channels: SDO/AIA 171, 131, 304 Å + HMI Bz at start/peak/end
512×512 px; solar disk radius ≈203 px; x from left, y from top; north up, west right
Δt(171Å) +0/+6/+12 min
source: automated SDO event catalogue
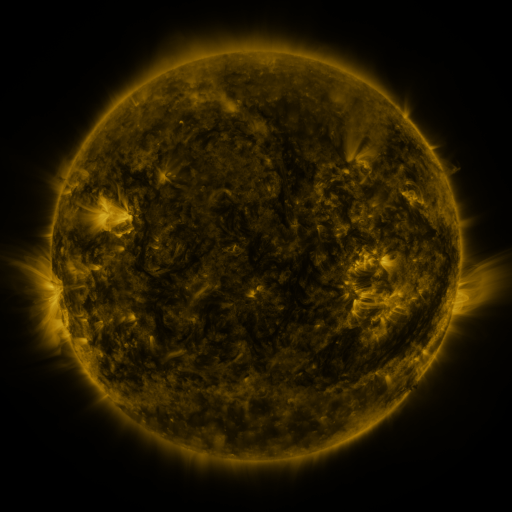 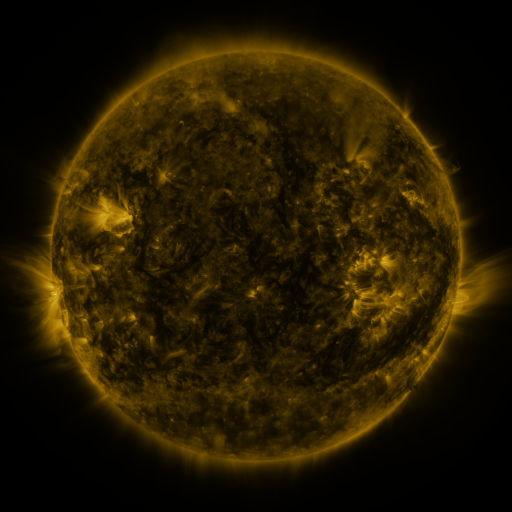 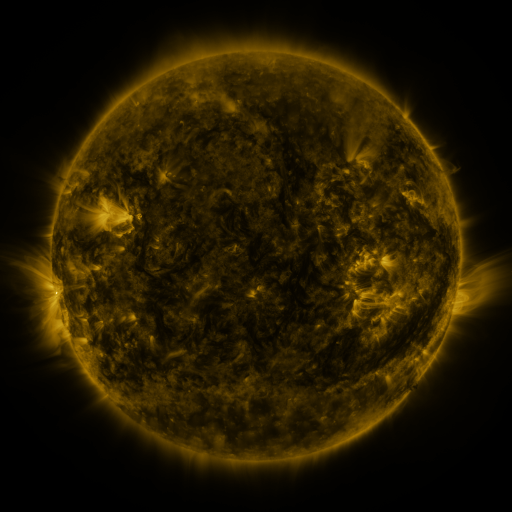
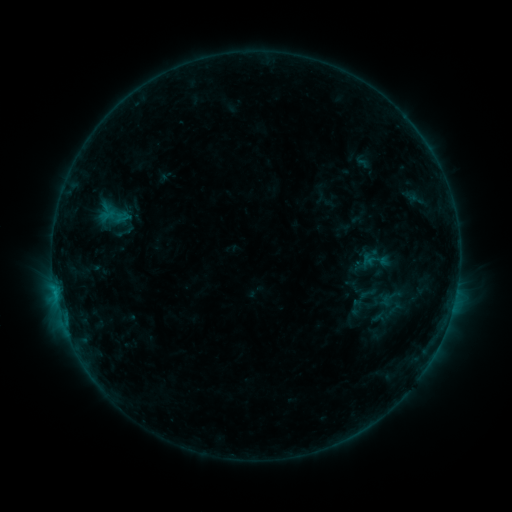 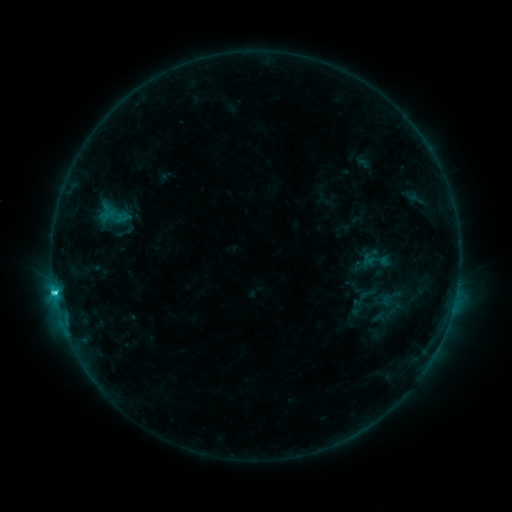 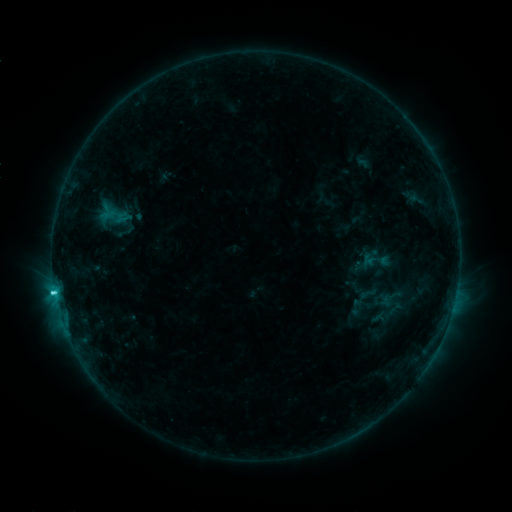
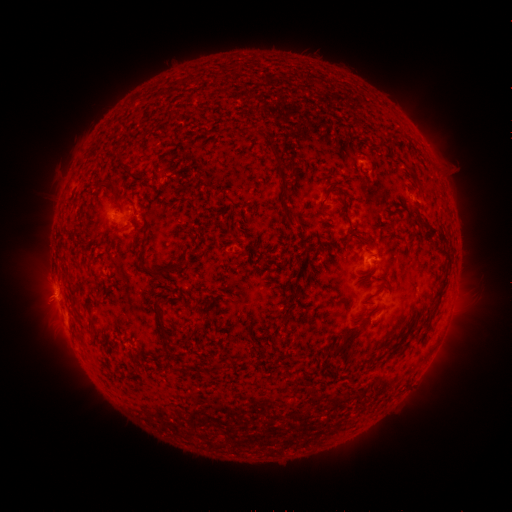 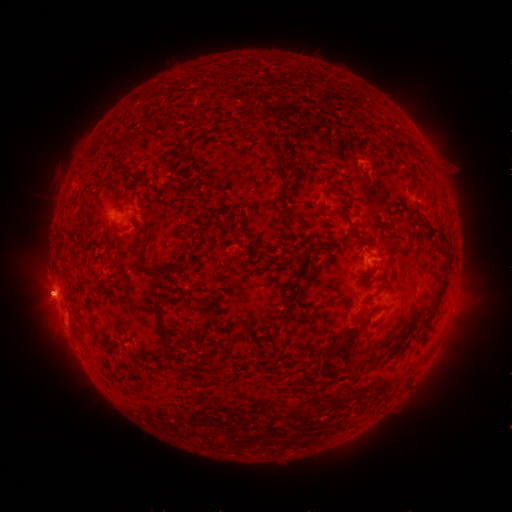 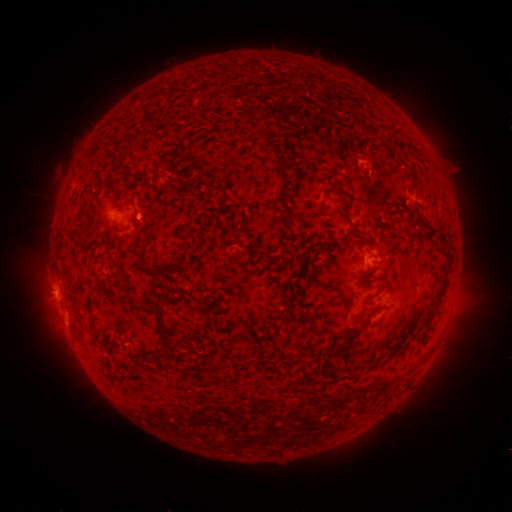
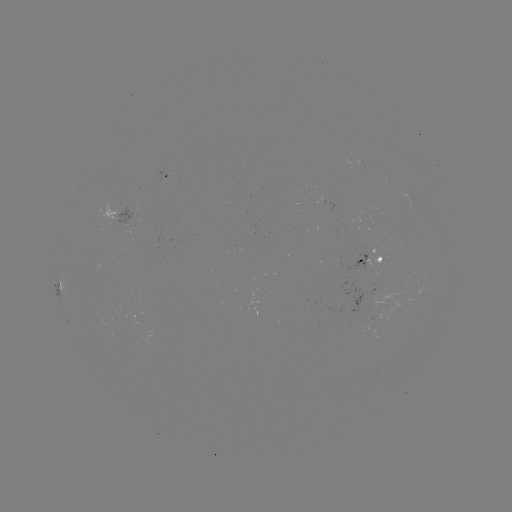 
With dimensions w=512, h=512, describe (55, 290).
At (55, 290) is C2.1 flare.